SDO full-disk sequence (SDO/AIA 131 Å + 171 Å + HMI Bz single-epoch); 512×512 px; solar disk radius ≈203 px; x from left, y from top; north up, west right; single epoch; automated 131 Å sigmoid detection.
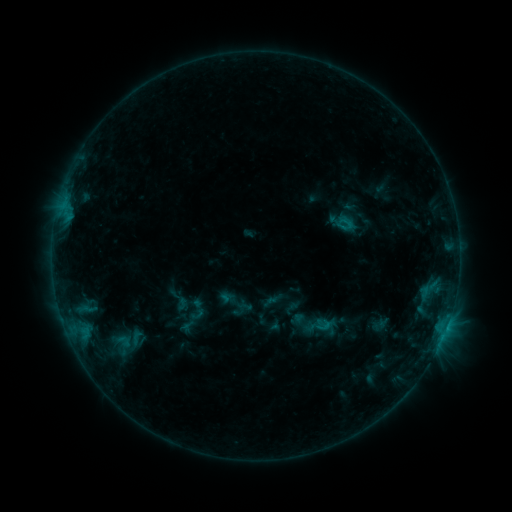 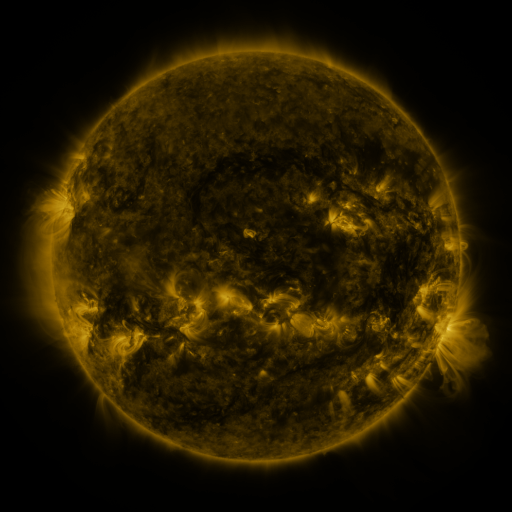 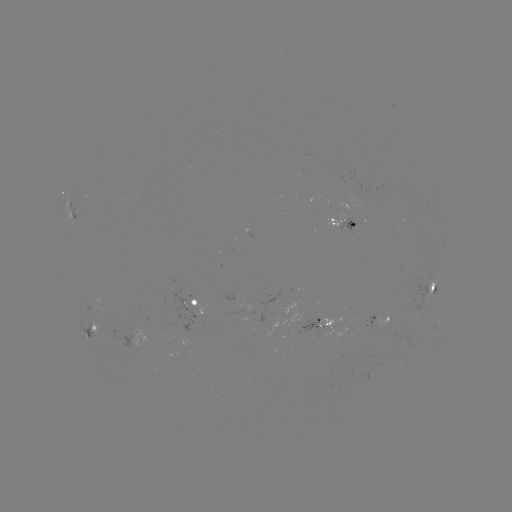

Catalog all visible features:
sigmoid: (197, 310)
sigmoid: (322, 325)
sigmoid: (137, 339)
